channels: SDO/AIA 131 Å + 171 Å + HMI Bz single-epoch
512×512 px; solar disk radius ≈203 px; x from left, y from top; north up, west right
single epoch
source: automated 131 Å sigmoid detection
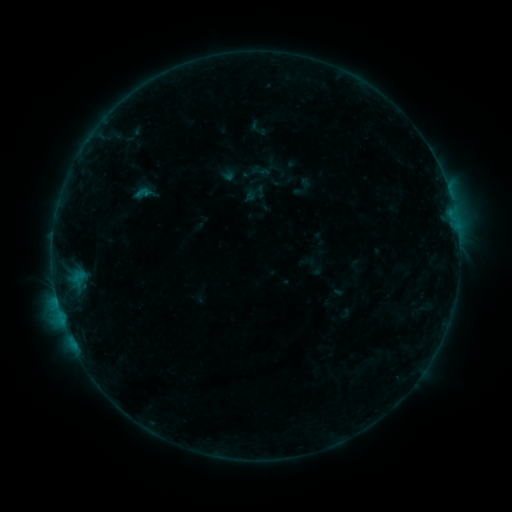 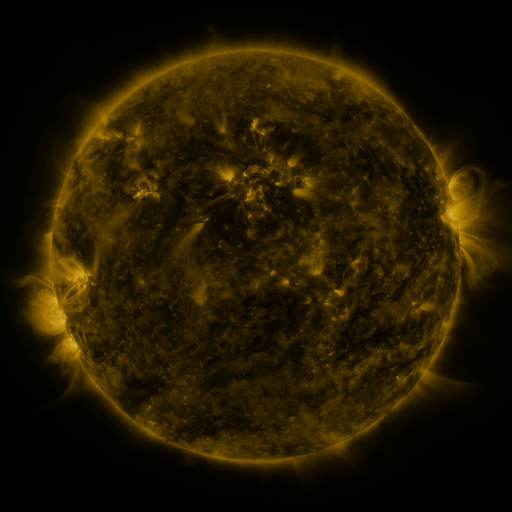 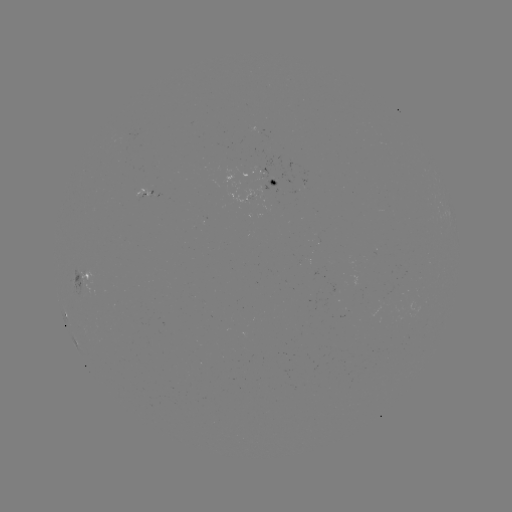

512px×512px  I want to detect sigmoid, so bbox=[134, 185, 151, 201].